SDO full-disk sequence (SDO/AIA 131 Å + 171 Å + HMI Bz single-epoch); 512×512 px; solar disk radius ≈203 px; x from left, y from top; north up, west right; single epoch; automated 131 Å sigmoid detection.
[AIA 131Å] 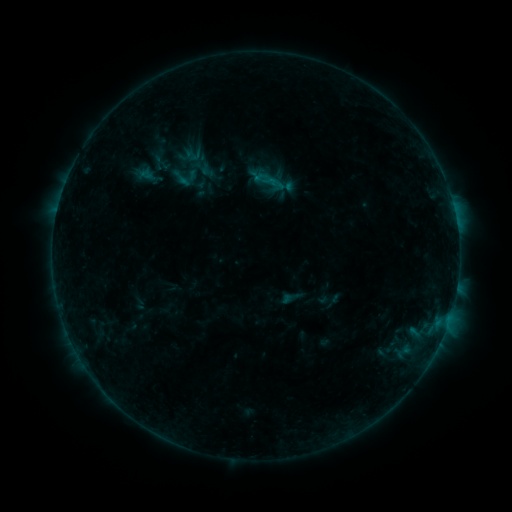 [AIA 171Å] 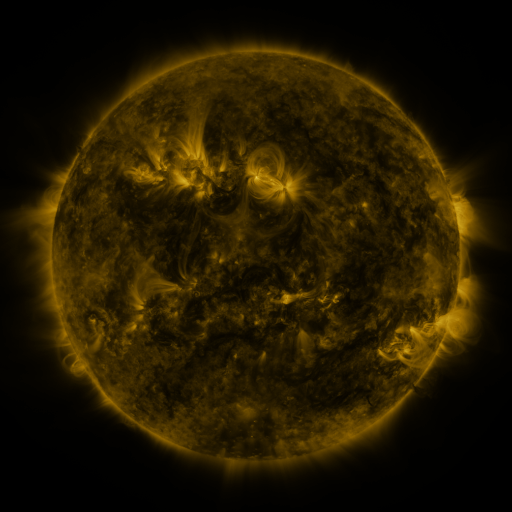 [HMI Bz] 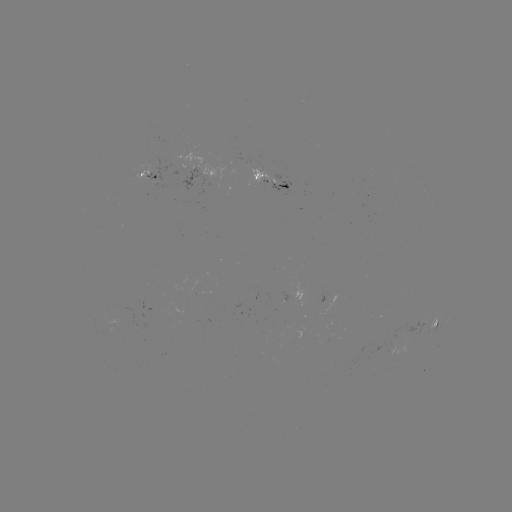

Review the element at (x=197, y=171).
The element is sigmoid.